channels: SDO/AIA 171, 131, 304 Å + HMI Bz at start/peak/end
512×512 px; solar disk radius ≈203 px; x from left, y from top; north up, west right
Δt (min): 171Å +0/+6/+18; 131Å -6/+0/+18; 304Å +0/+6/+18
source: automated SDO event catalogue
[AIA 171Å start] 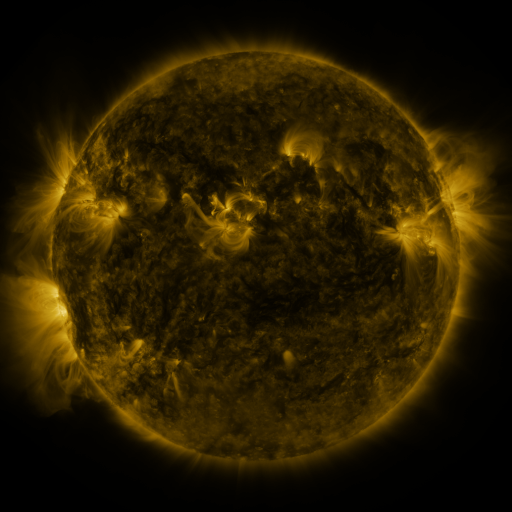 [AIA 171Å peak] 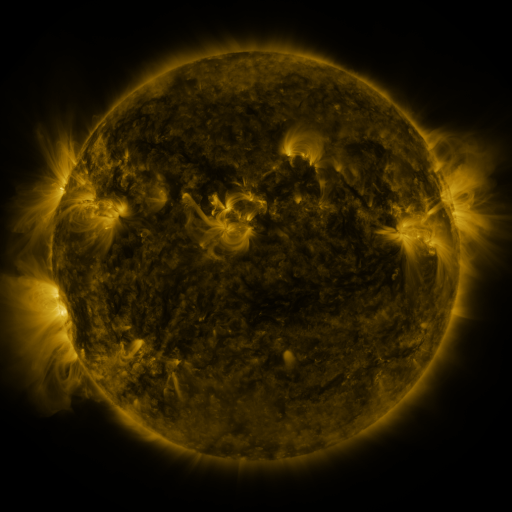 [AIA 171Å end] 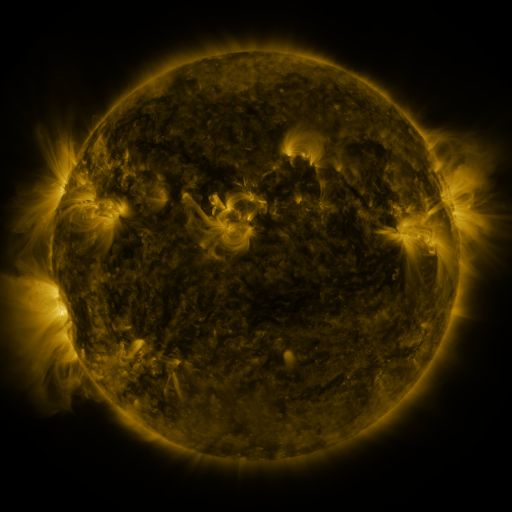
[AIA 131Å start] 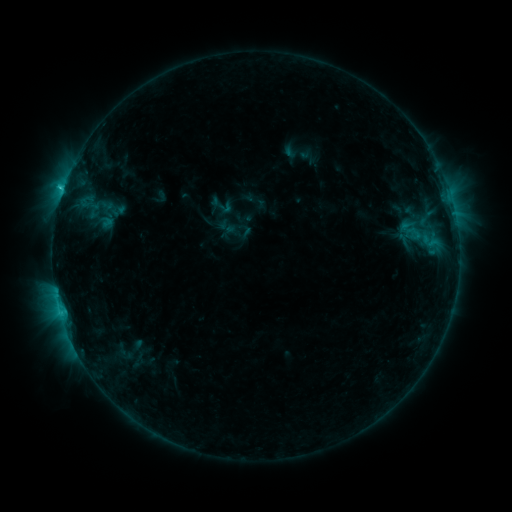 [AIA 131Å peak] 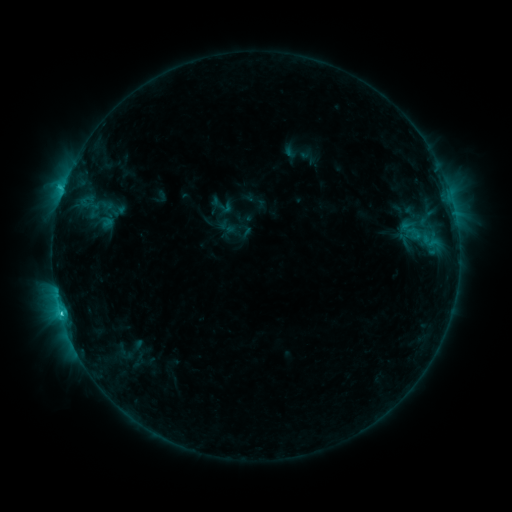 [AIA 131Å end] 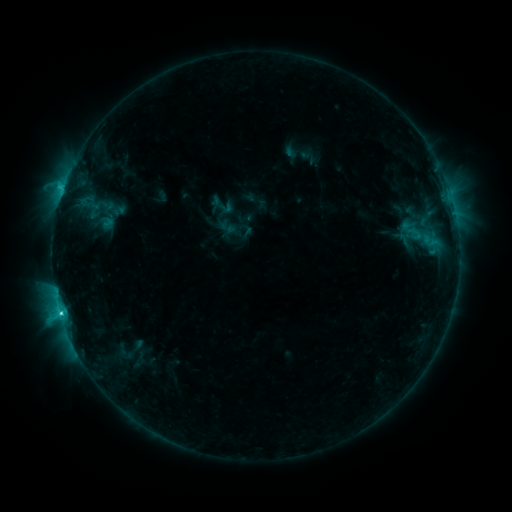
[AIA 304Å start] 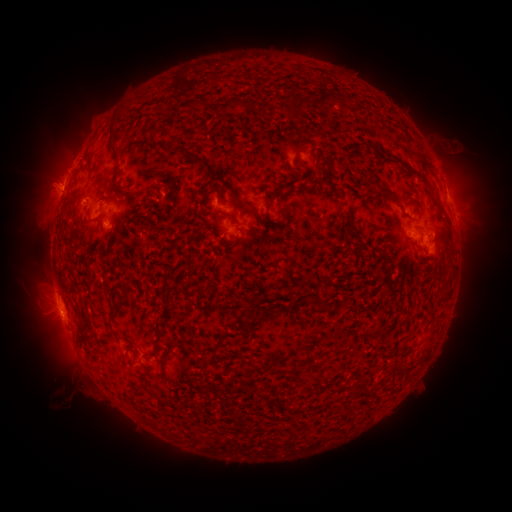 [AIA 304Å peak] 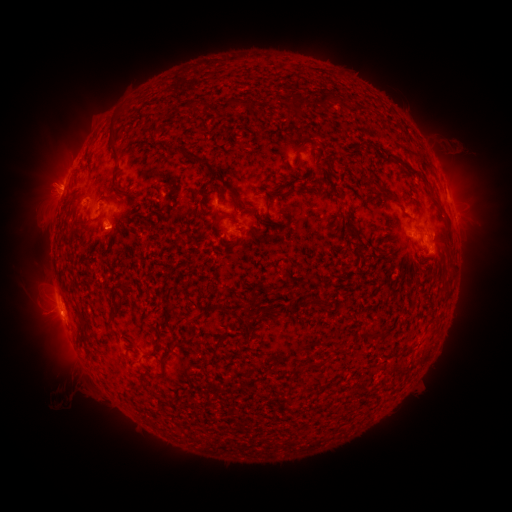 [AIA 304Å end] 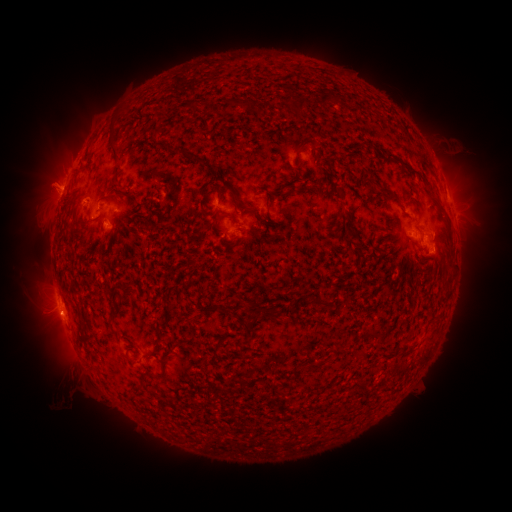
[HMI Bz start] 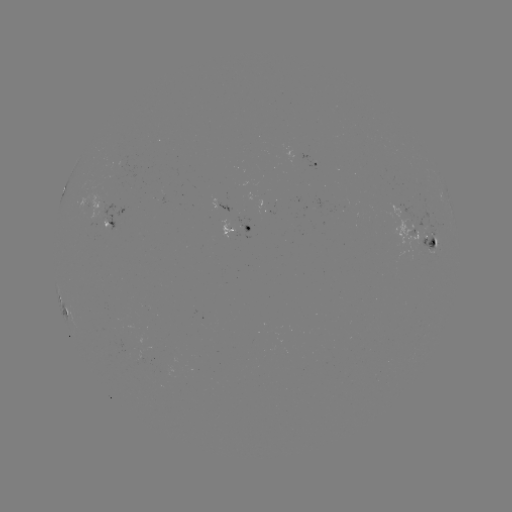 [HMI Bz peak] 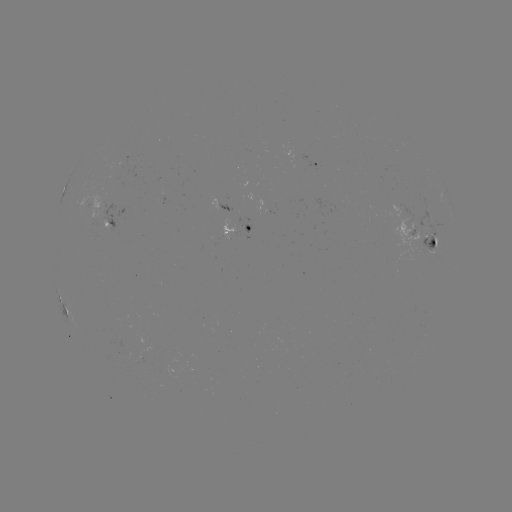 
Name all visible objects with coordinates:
C4.3 flare: (62, 313)
